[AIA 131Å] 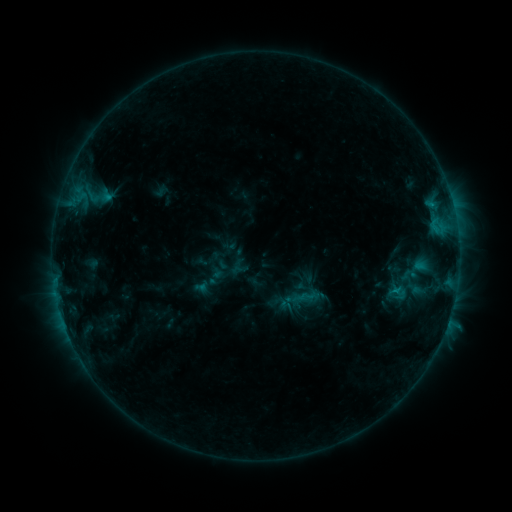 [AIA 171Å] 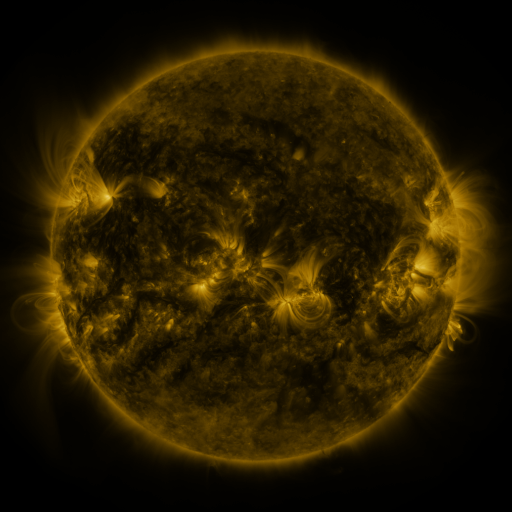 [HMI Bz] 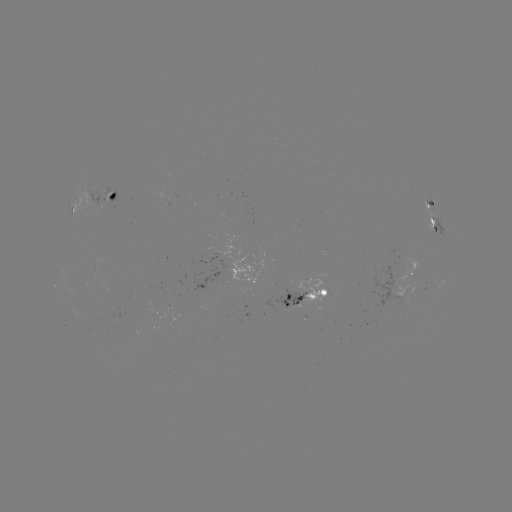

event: sigmoid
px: (397, 293)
